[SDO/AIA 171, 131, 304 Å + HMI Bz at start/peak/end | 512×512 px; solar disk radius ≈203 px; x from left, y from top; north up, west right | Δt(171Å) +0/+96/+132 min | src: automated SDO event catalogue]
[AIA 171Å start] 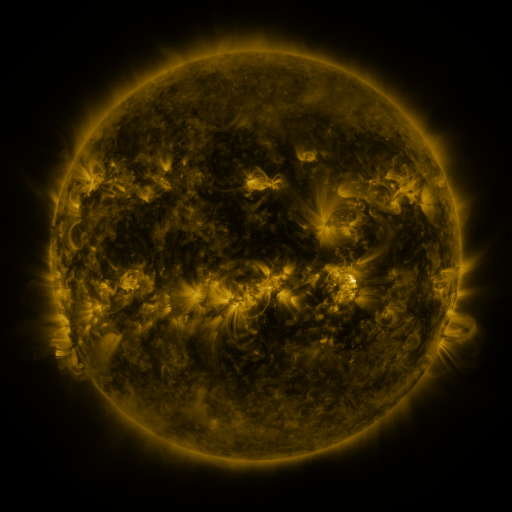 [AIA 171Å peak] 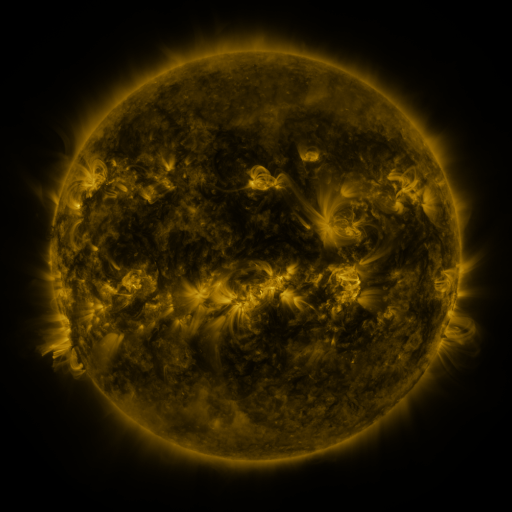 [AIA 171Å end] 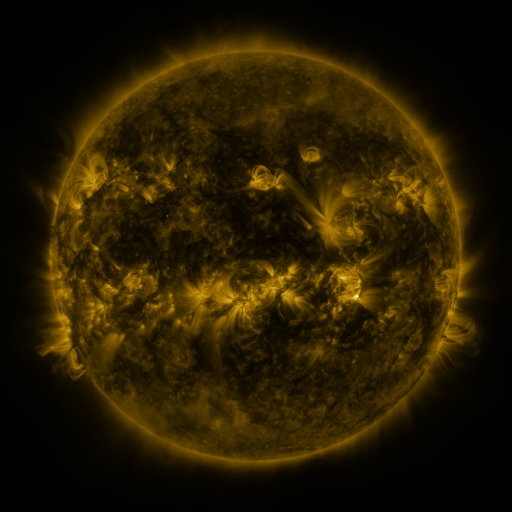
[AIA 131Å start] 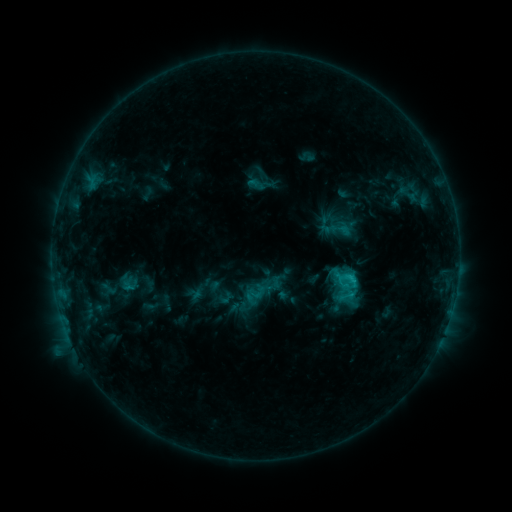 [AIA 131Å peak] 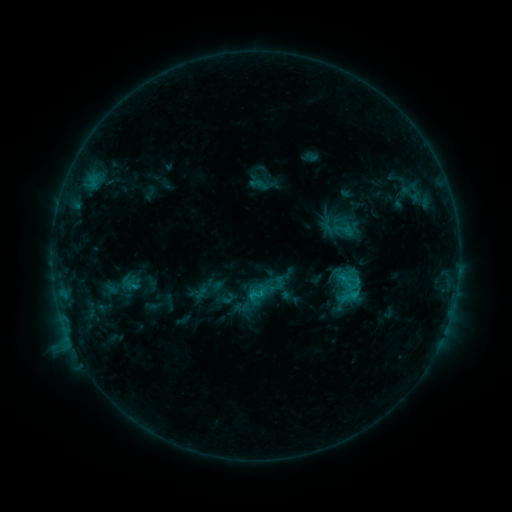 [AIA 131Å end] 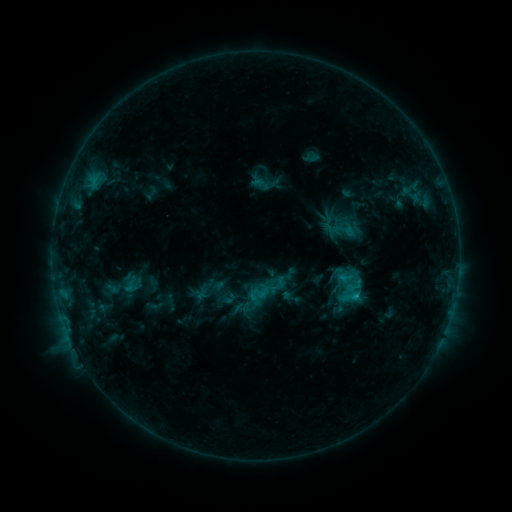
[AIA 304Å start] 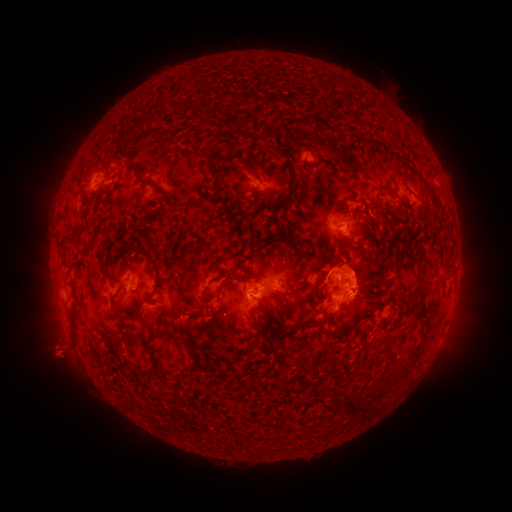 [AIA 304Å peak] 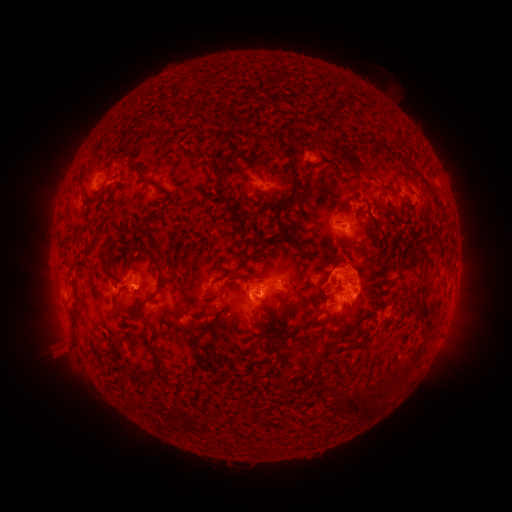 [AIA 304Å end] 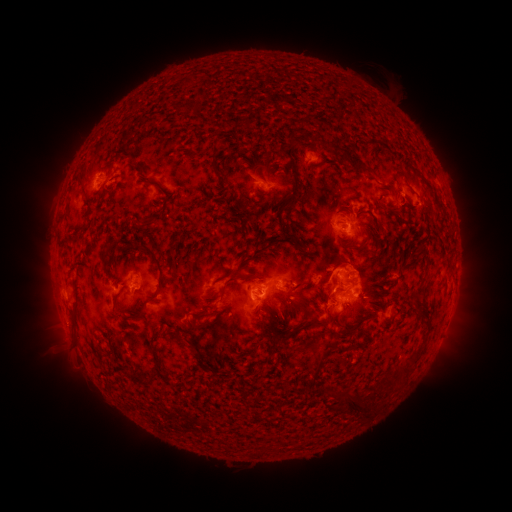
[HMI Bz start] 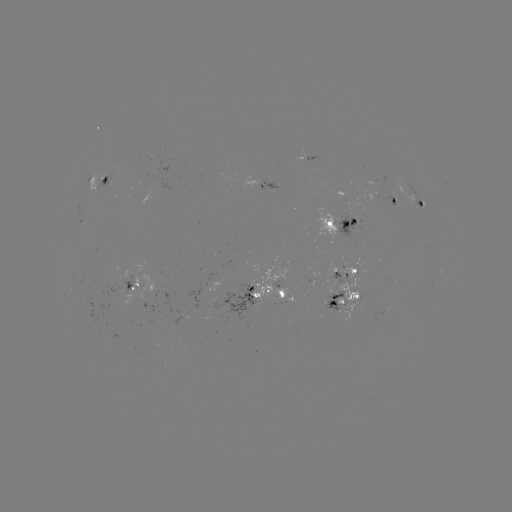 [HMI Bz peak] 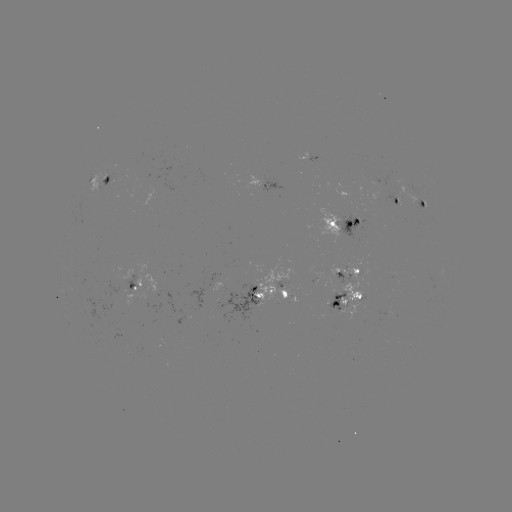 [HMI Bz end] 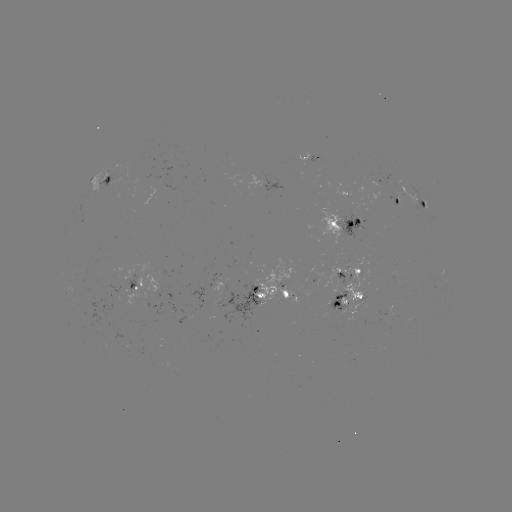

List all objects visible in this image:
emerging-flux region: (221, 287)
